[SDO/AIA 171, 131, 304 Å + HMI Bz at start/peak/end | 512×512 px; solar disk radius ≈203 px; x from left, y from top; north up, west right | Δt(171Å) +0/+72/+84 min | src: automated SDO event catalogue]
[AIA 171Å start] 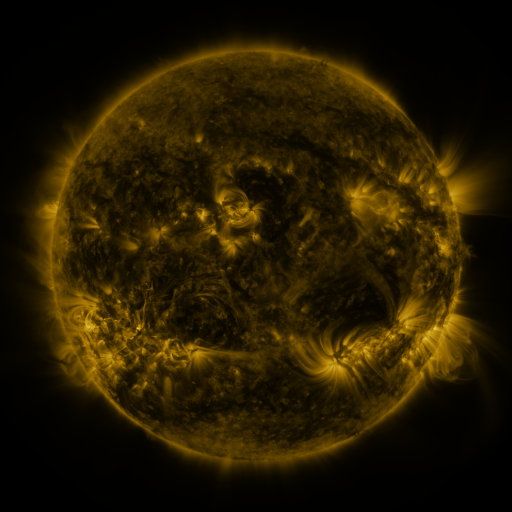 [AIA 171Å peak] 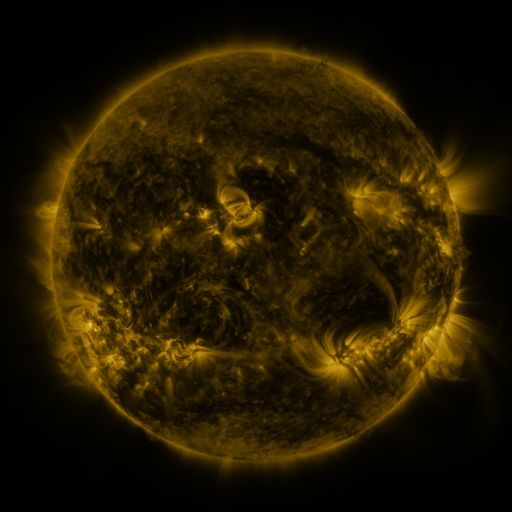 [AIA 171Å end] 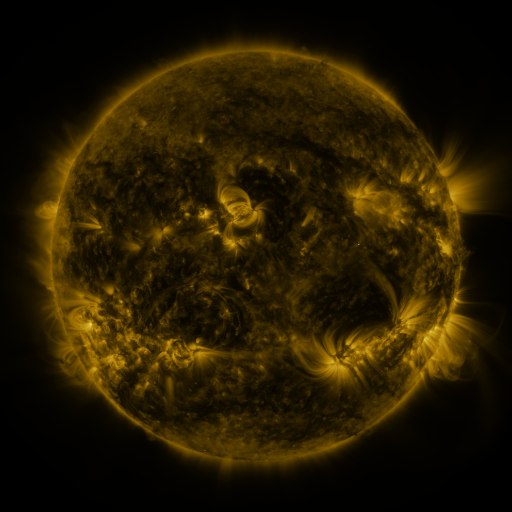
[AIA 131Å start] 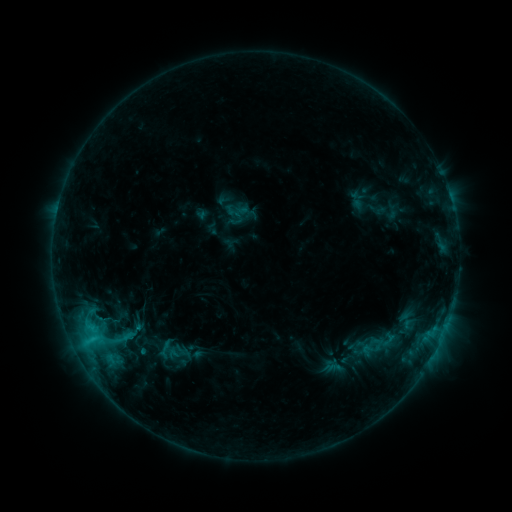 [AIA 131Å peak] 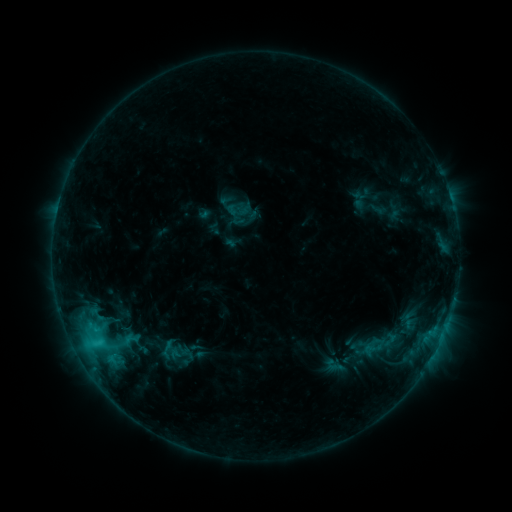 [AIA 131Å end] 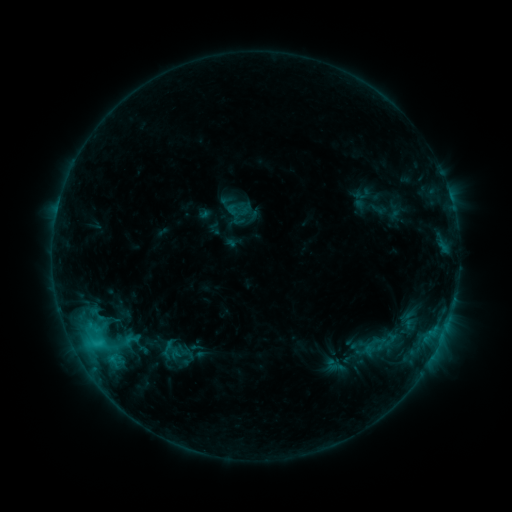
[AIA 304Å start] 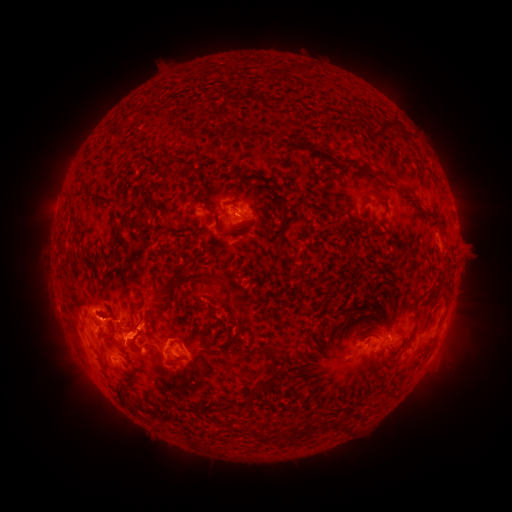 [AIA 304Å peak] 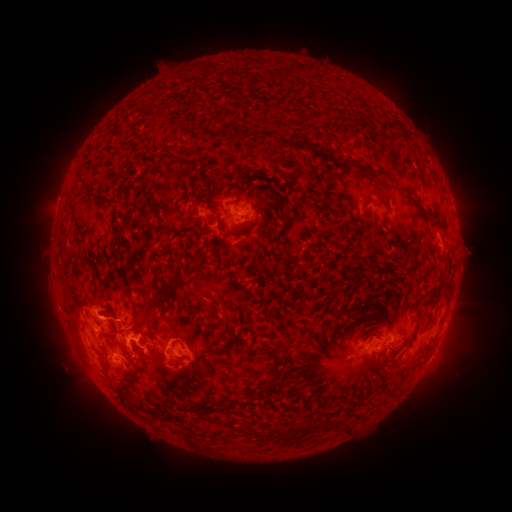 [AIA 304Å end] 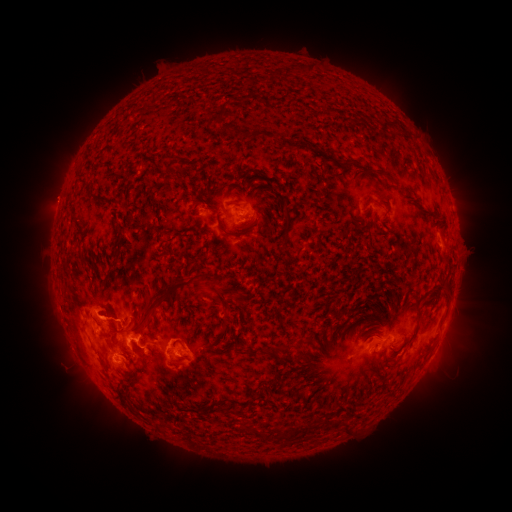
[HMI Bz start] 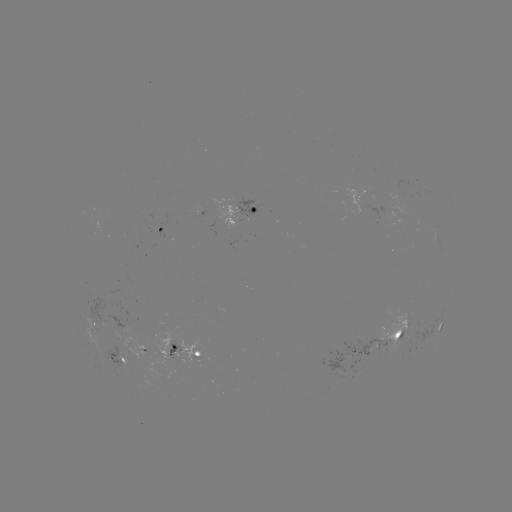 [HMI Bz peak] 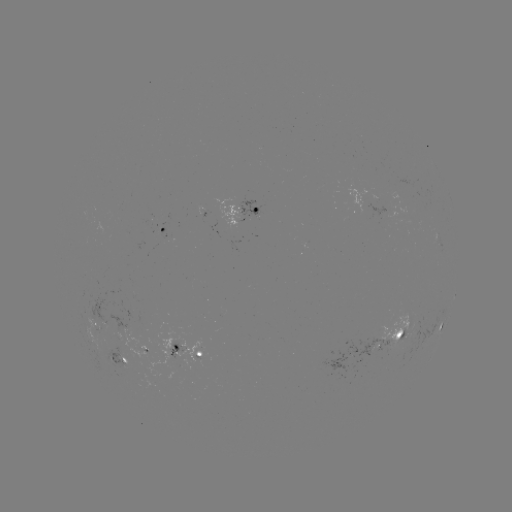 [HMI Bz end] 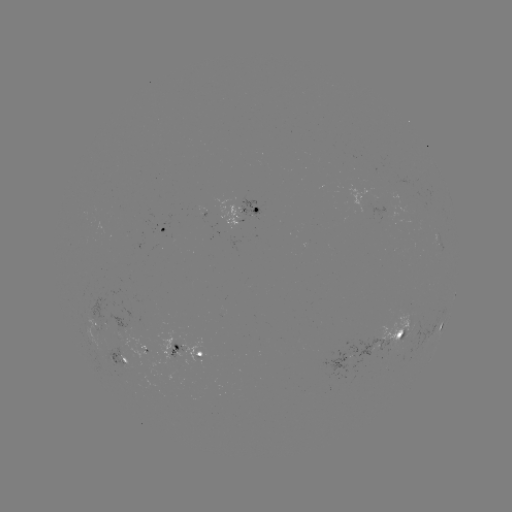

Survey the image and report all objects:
emerging-flux region: (97, 324)
